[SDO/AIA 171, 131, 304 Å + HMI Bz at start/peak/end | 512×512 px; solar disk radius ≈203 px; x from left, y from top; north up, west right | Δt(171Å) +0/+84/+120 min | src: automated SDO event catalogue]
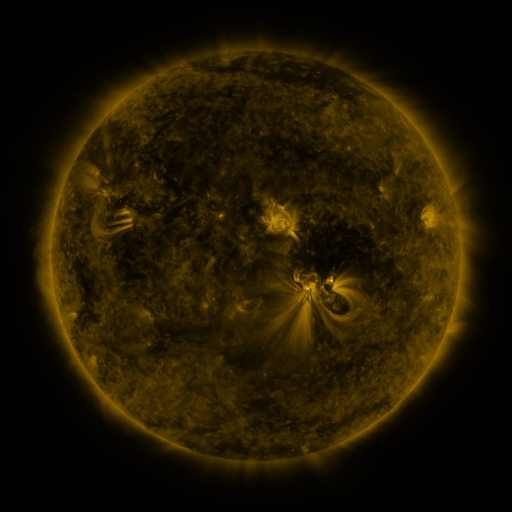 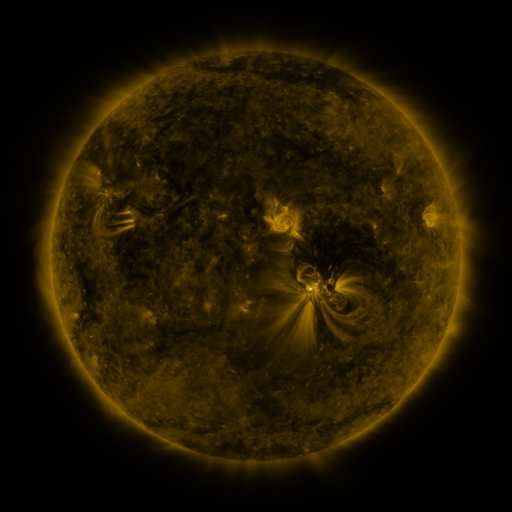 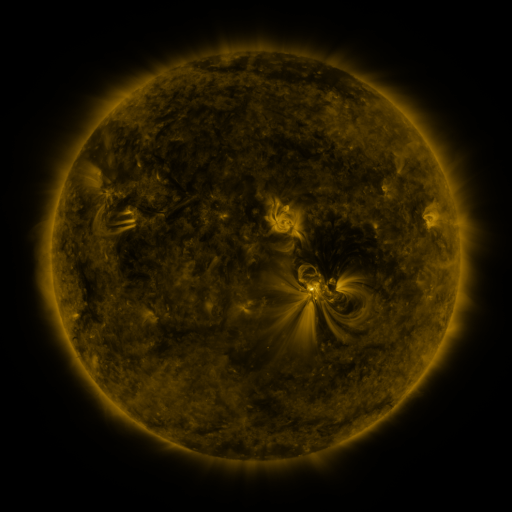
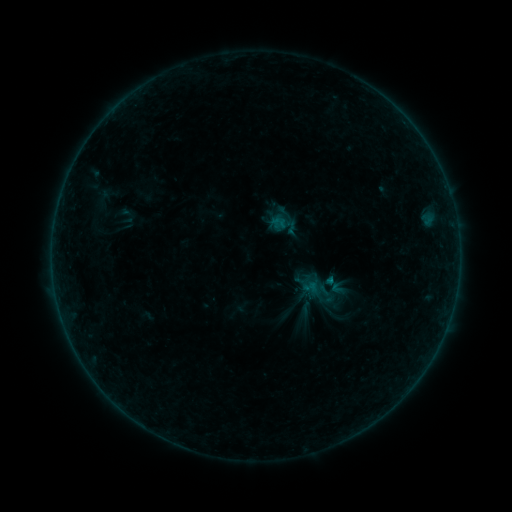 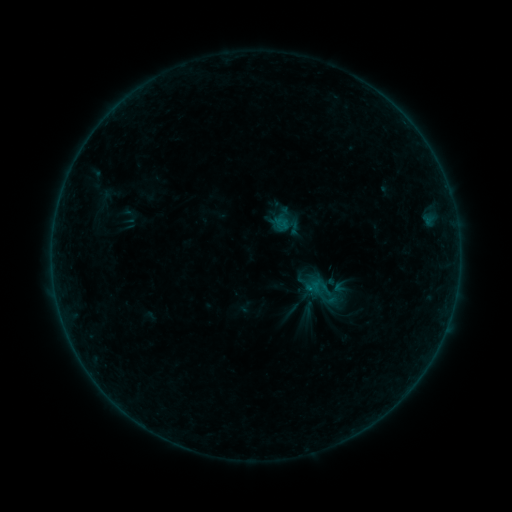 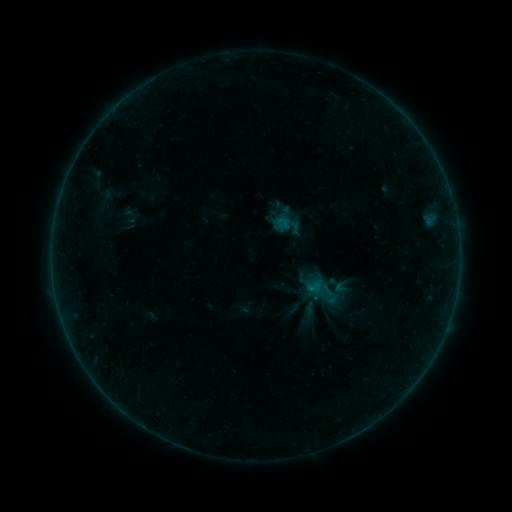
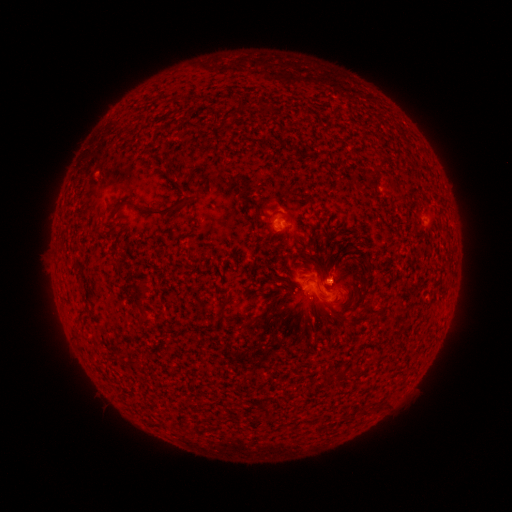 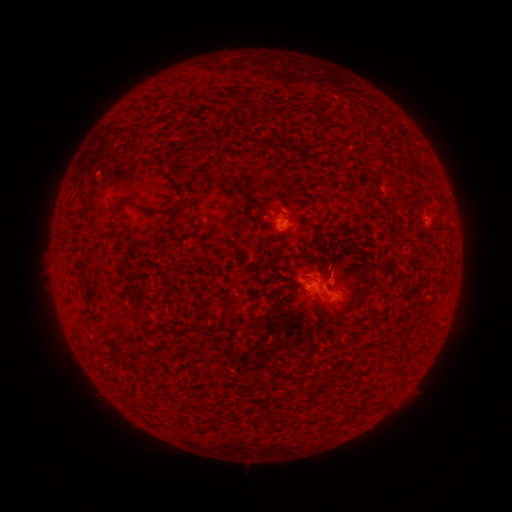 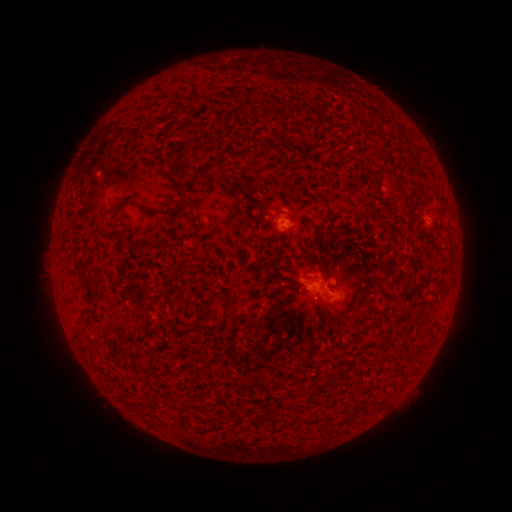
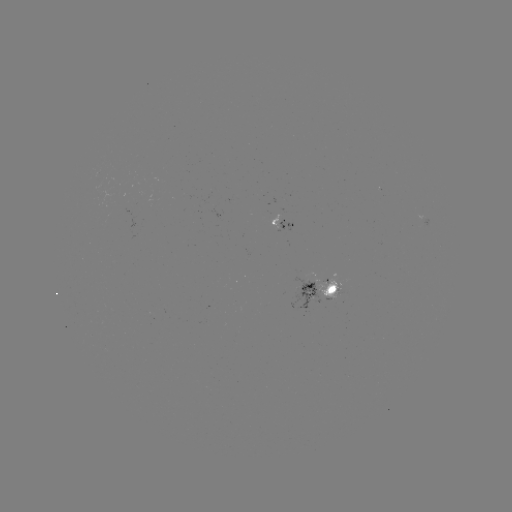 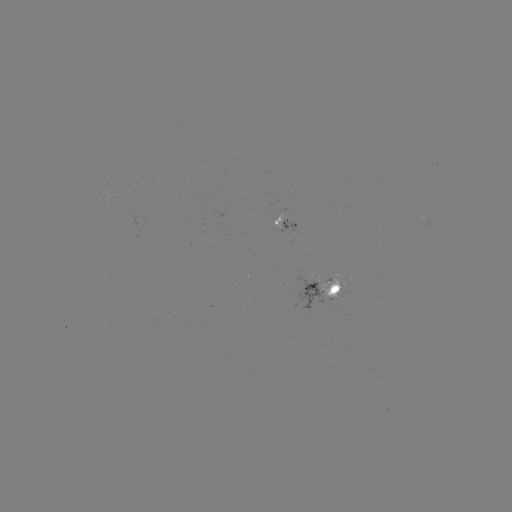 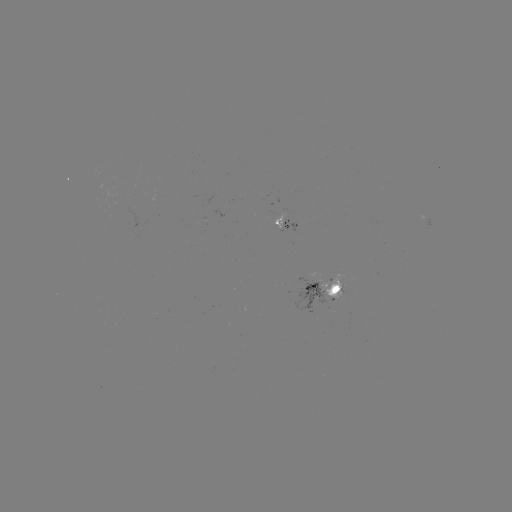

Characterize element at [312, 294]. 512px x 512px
emerging-flux region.